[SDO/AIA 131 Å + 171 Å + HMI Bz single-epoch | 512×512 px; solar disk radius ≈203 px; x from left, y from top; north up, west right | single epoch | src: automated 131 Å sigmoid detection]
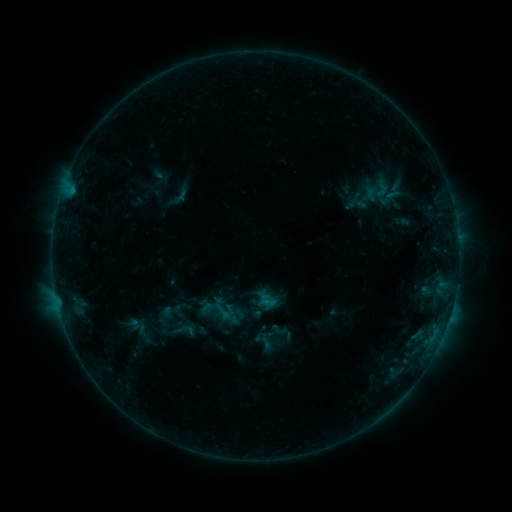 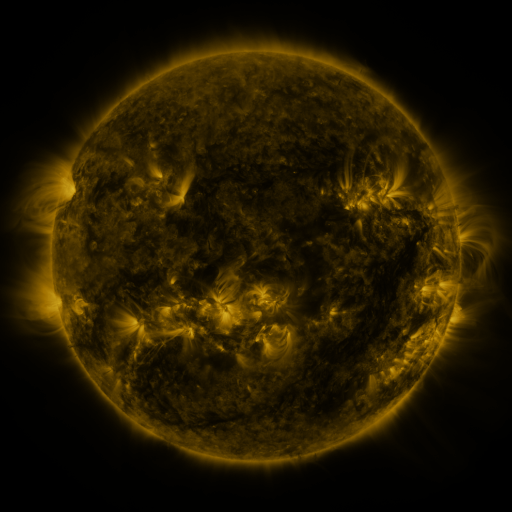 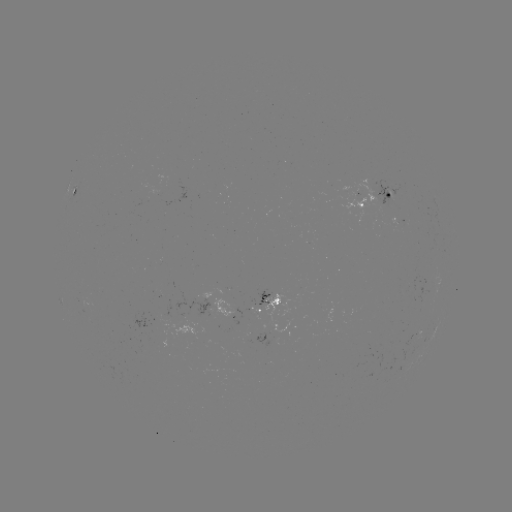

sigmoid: <bbox>169, 317, 199, 343</bbox>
